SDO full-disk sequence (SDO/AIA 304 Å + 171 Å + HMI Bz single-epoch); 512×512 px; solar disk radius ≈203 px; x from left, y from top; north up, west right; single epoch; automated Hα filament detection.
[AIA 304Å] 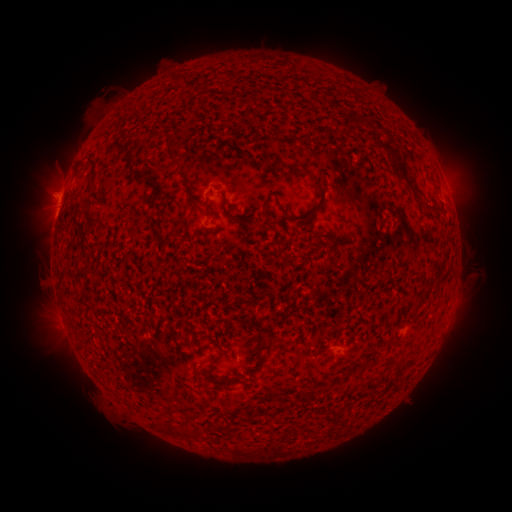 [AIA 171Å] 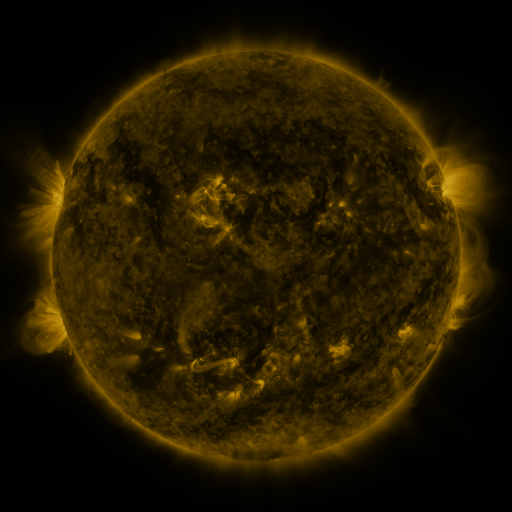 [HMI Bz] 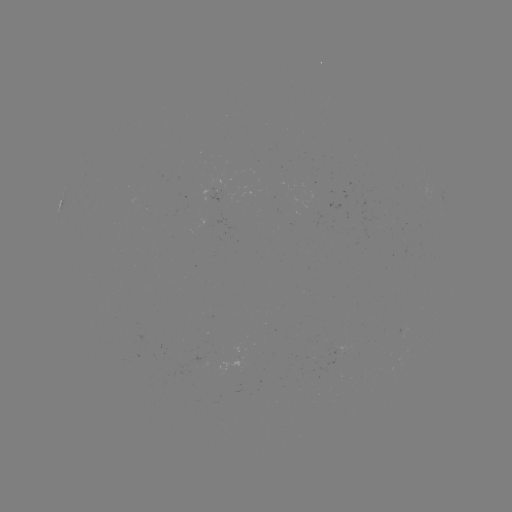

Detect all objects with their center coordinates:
filament: (181, 77)
filament: (311, 134)
filament: (171, 152)
filament: (398, 164)
filament: (297, 174)
filament: (141, 179)
filament: (185, 181)
filament: (320, 189)
filament: (90, 215)
filament: (234, 216)
filament: (296, 219)
filament: (182, 220)
filament: (269, 346)
filament: (351, 351)
filament: (233, 380)
filament: (219, 425)
